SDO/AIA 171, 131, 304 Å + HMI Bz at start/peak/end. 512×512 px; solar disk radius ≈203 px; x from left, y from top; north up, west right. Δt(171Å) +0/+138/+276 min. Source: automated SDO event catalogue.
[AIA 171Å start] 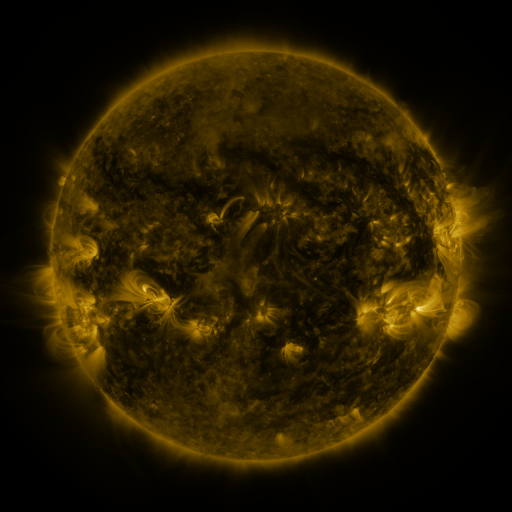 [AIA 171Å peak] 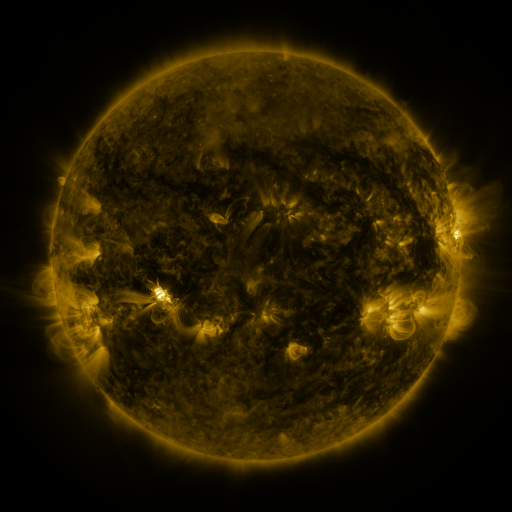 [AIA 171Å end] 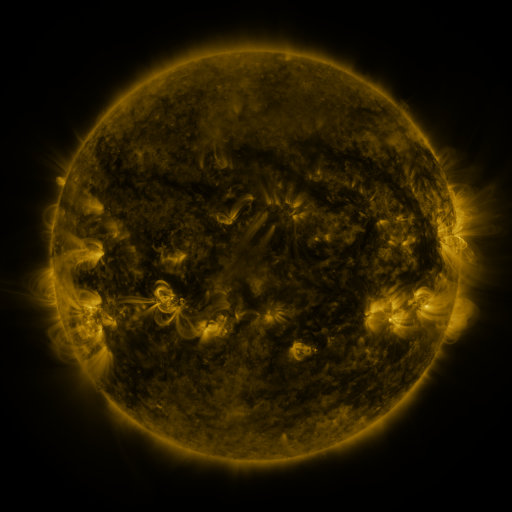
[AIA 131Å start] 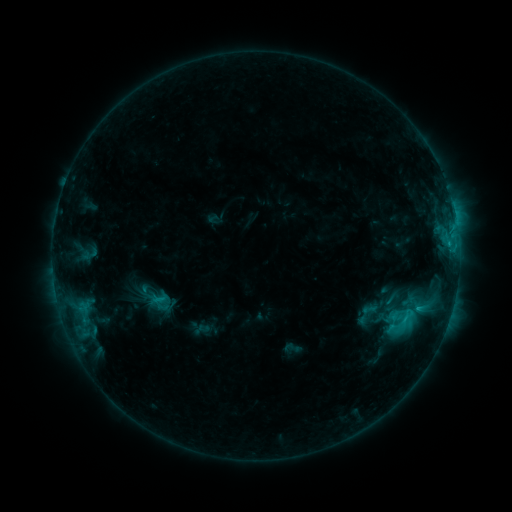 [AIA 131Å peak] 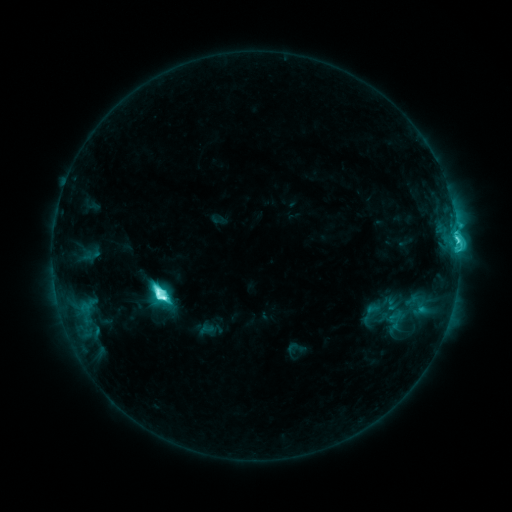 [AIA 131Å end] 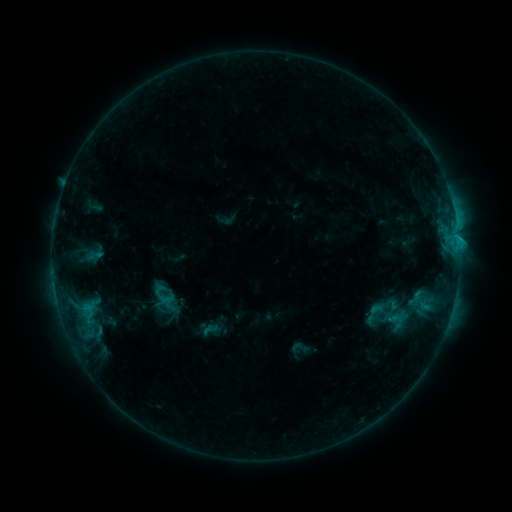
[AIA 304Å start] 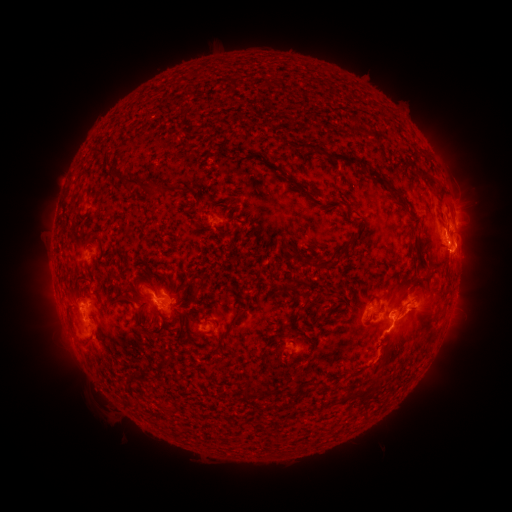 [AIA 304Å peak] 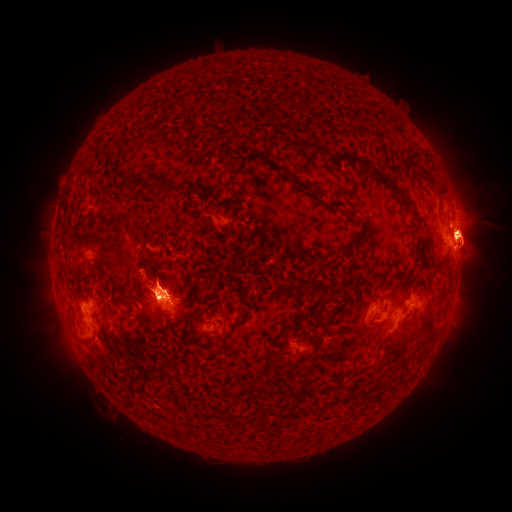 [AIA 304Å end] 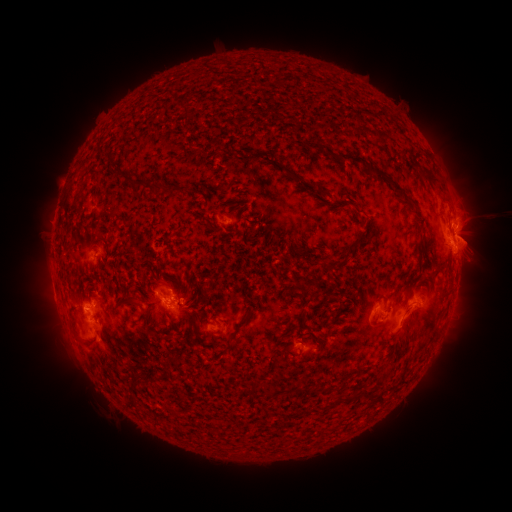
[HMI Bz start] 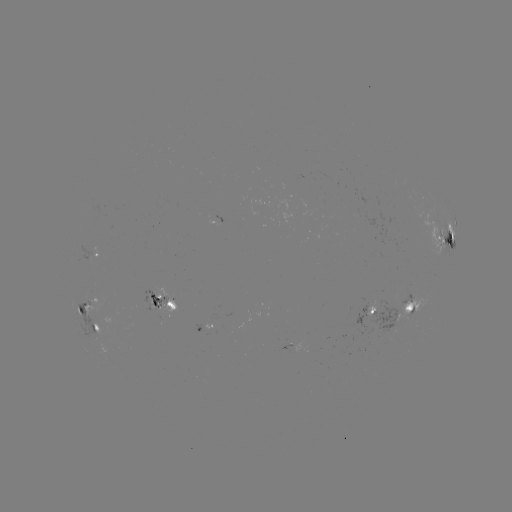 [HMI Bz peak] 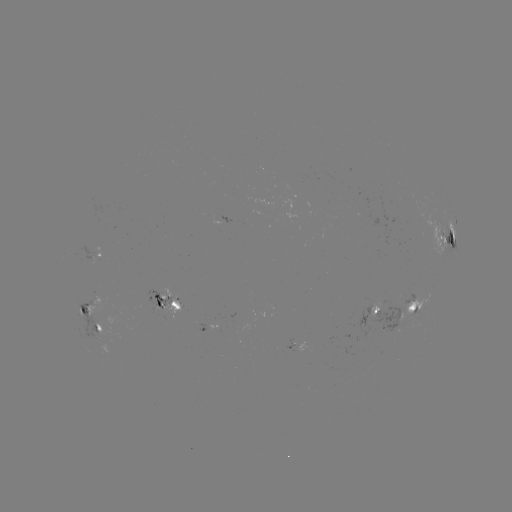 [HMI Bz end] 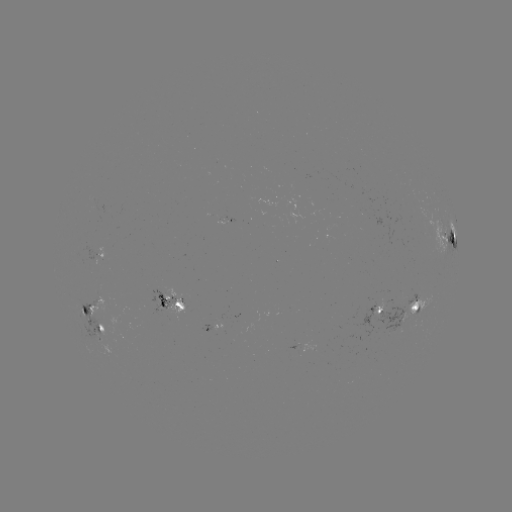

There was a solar filament eruption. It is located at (104, 239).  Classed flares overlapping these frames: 3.